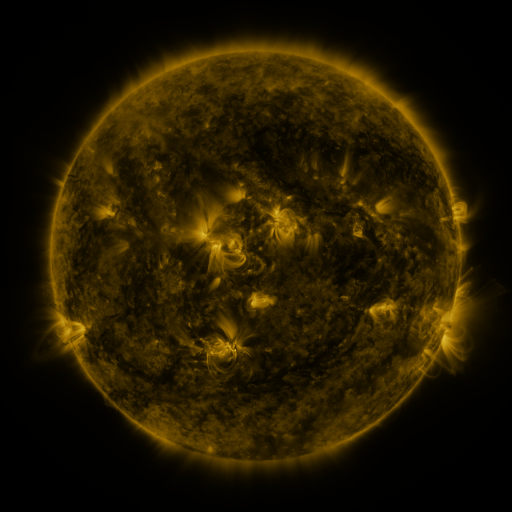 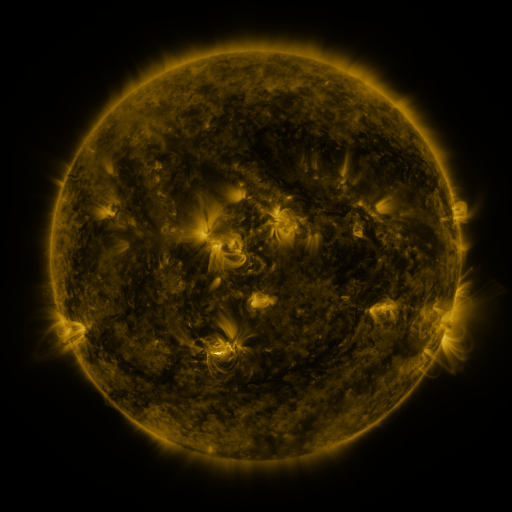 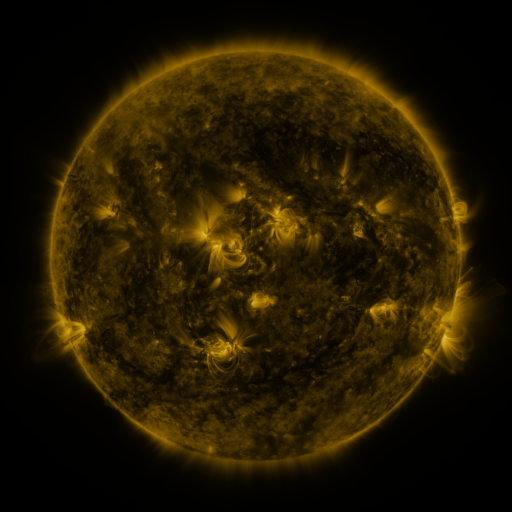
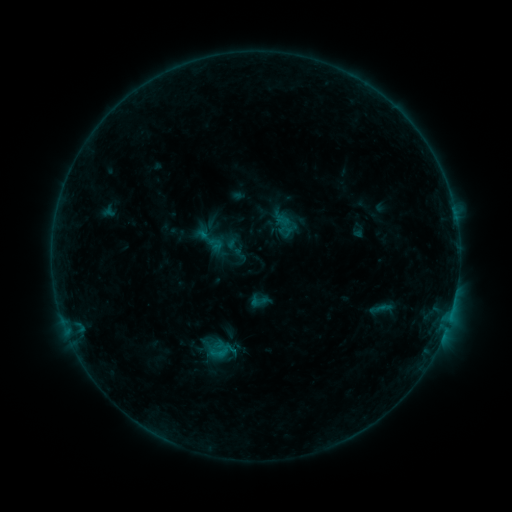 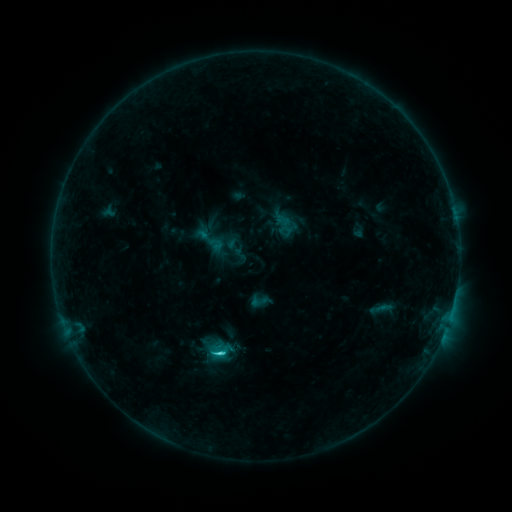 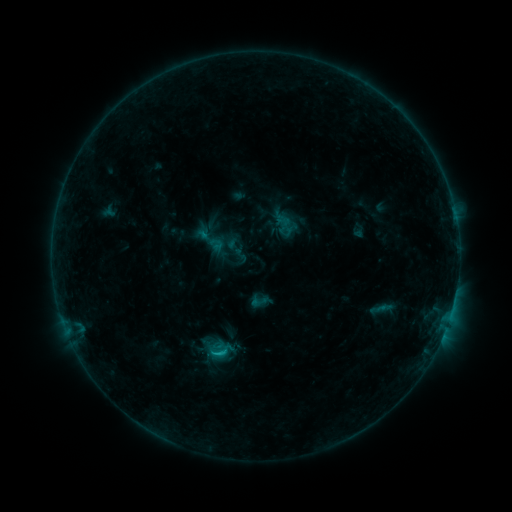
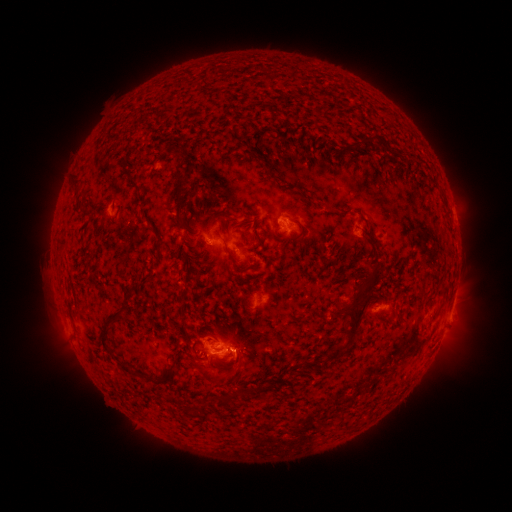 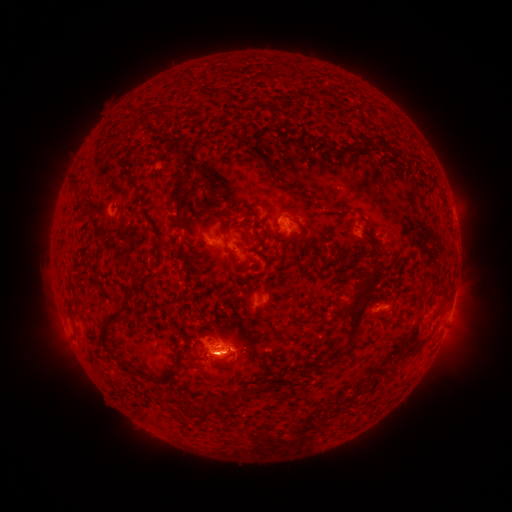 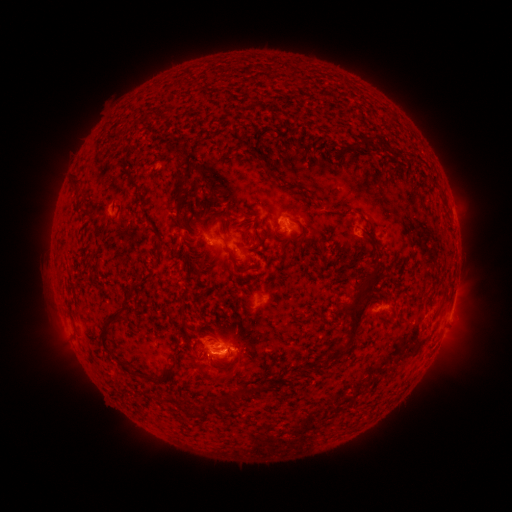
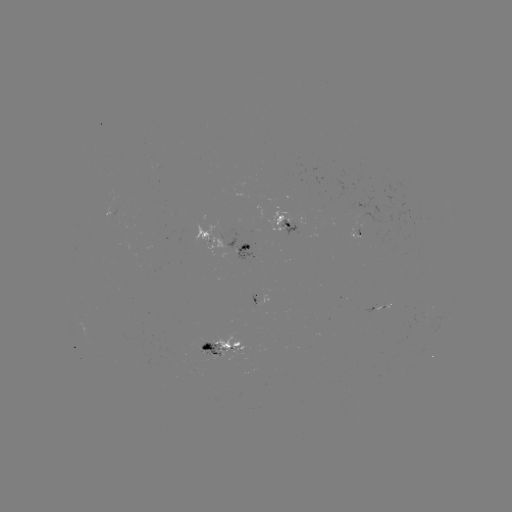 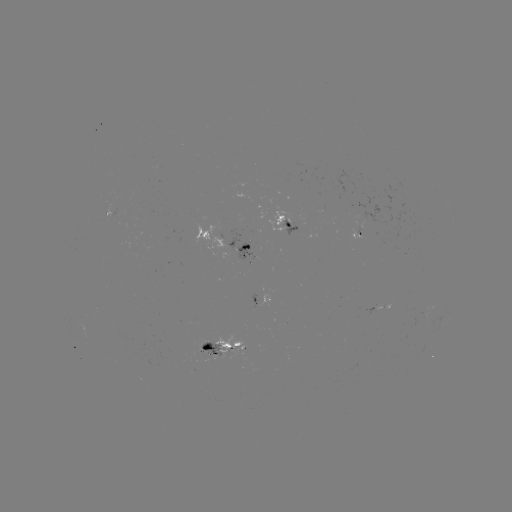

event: flare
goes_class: C1.5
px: (219, 351)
